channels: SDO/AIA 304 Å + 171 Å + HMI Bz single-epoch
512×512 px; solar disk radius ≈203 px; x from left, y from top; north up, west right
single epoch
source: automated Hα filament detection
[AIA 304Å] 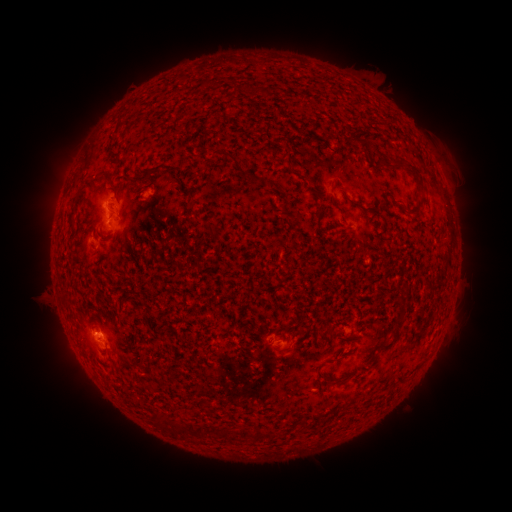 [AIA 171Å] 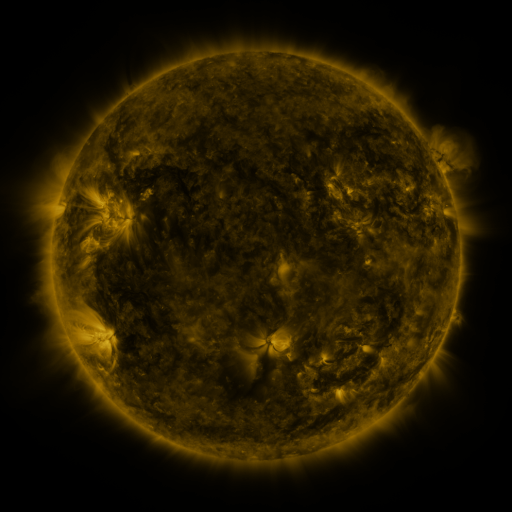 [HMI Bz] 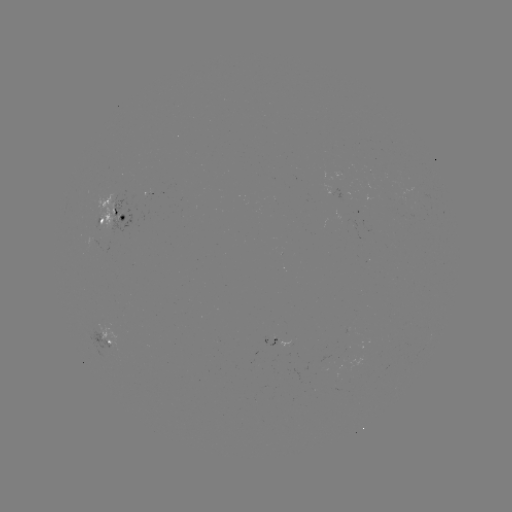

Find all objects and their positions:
filament: (146, 176)
filament: (417, 178)
filament: (314, 192)
filament: (79, 195)
filament: (349, 201)
filament: (399, 206)
filament: (321, 214)
filament: (71, 217)
filament: (210, 226)
filament: (390, 344)
filament: (198, 429)
filament: (243, 433)
filament: (261, 436)
